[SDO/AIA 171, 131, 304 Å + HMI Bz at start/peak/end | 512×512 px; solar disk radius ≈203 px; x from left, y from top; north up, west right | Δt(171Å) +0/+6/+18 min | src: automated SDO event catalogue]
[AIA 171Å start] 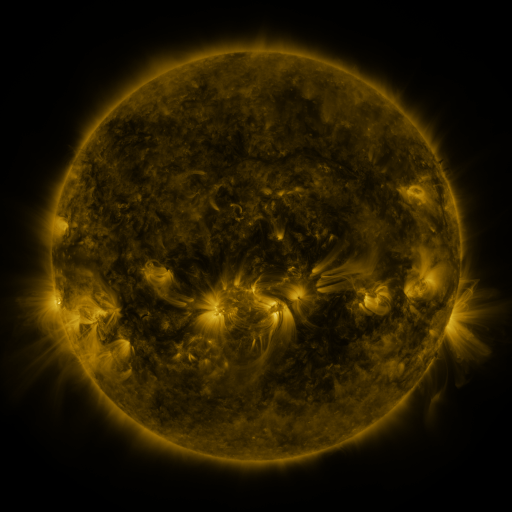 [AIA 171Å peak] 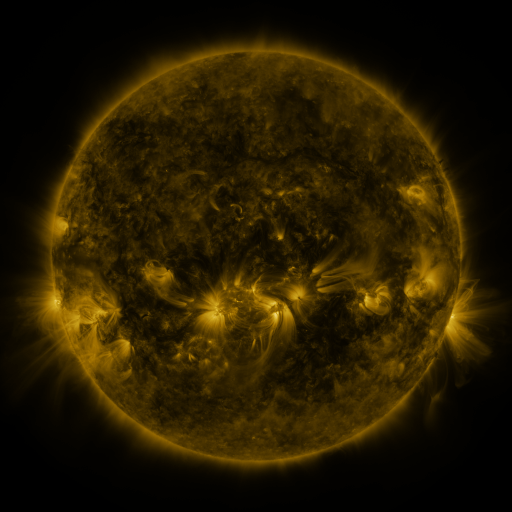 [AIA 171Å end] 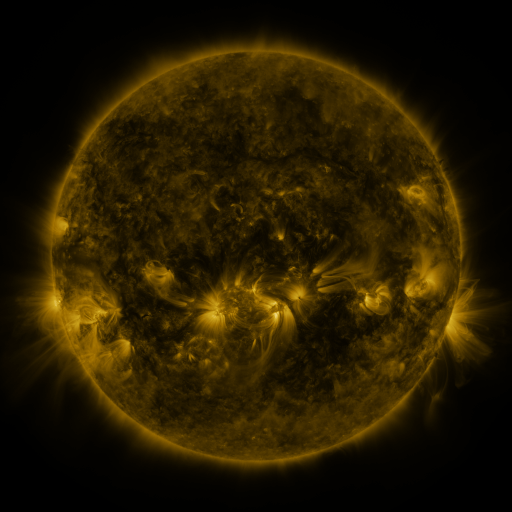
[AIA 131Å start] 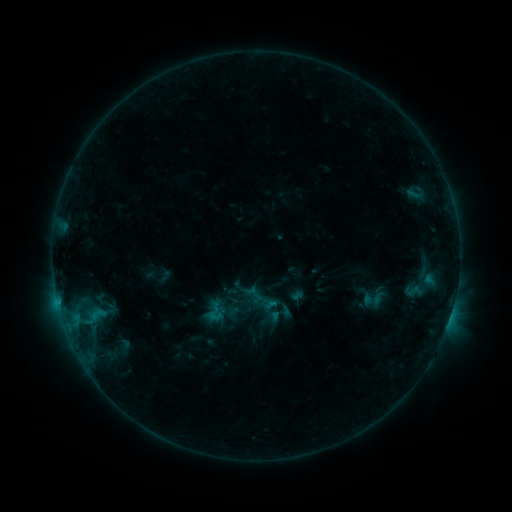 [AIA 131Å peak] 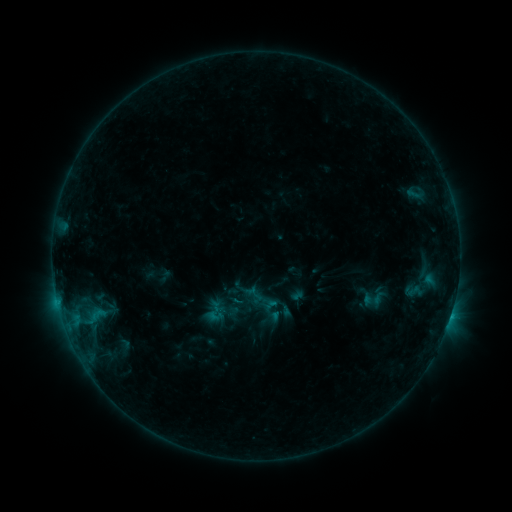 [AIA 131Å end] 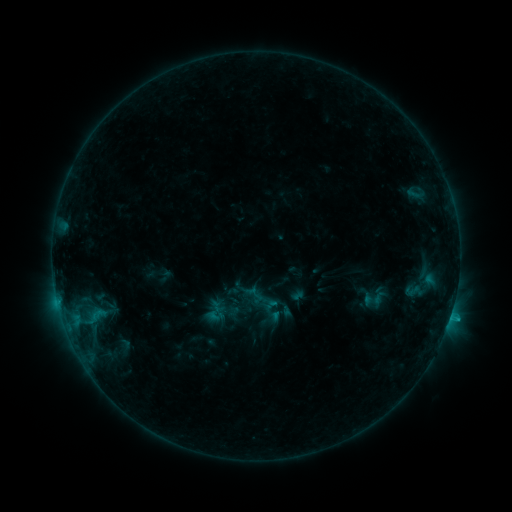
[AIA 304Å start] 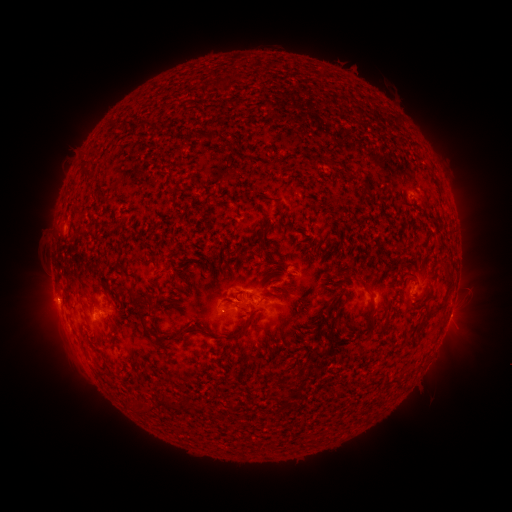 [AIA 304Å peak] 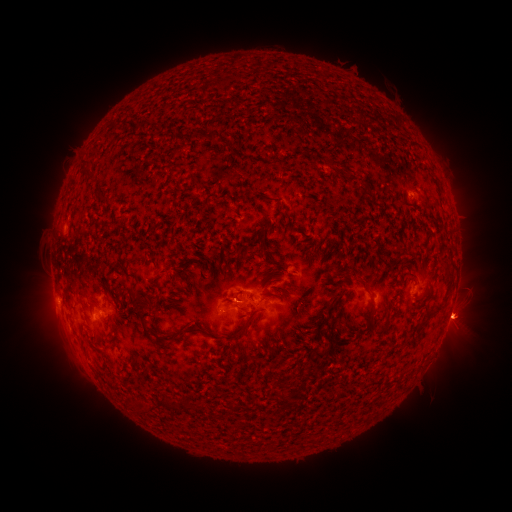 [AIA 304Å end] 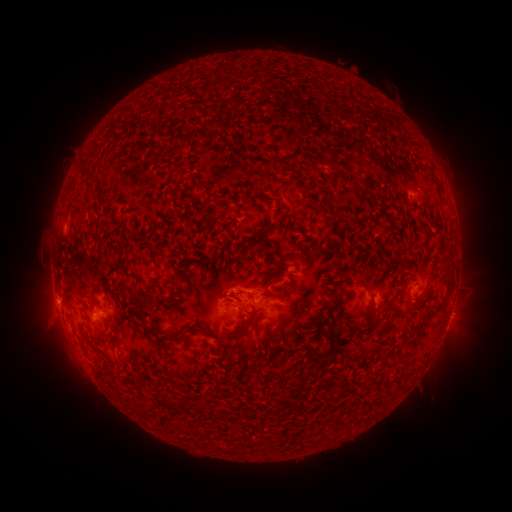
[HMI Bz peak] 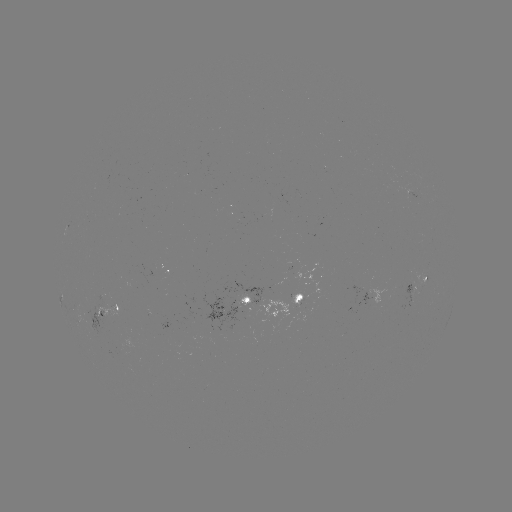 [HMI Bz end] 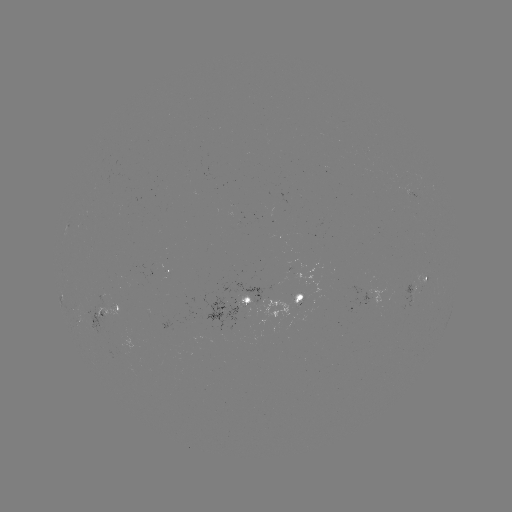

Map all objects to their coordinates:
C1.1 flare: (450, 315)
